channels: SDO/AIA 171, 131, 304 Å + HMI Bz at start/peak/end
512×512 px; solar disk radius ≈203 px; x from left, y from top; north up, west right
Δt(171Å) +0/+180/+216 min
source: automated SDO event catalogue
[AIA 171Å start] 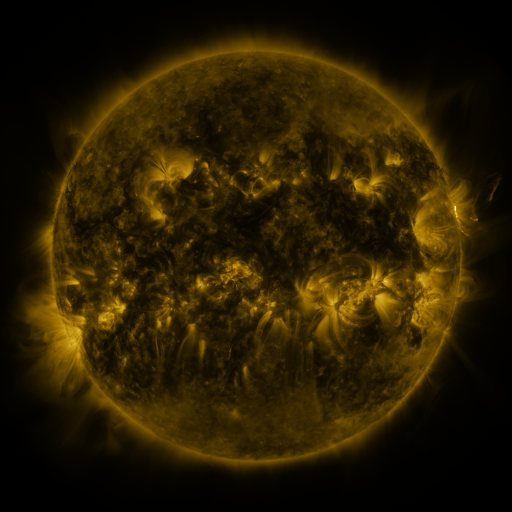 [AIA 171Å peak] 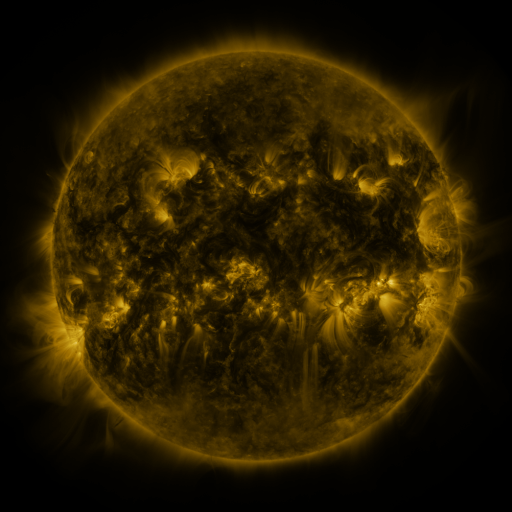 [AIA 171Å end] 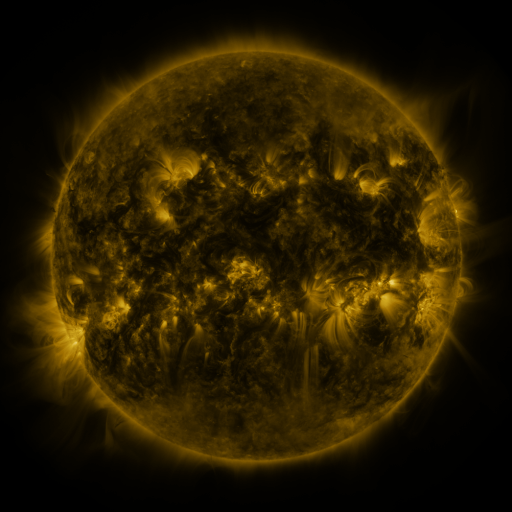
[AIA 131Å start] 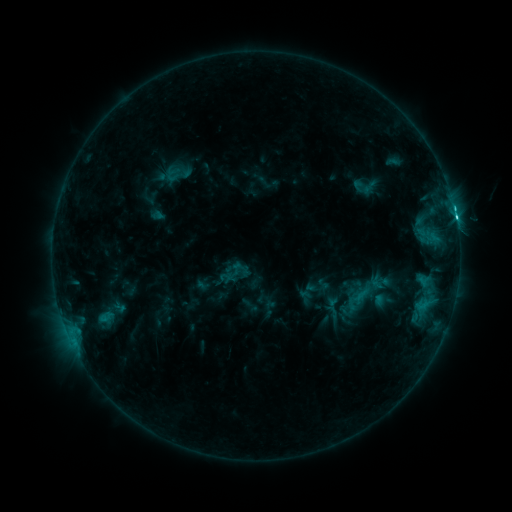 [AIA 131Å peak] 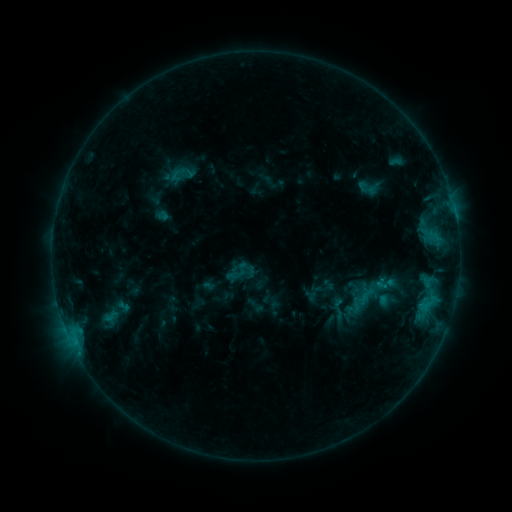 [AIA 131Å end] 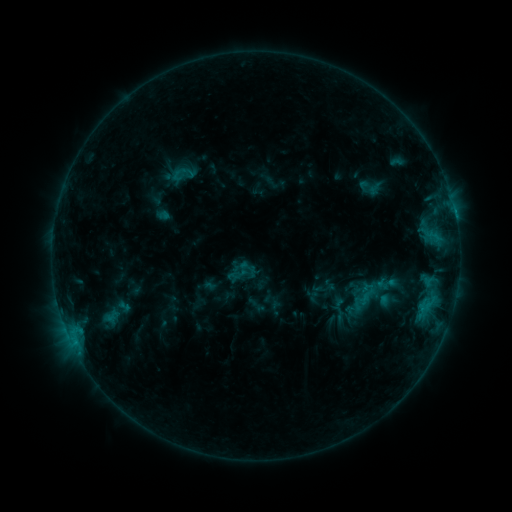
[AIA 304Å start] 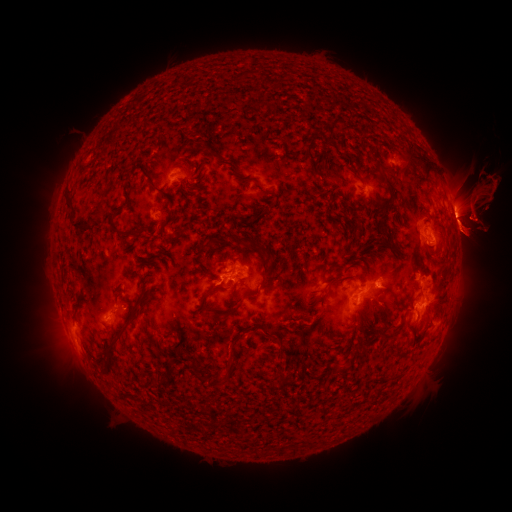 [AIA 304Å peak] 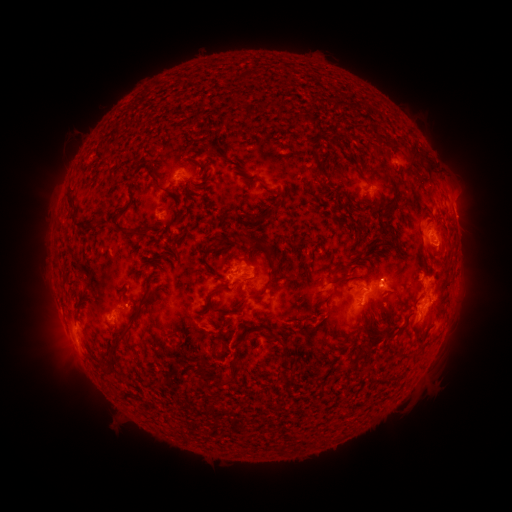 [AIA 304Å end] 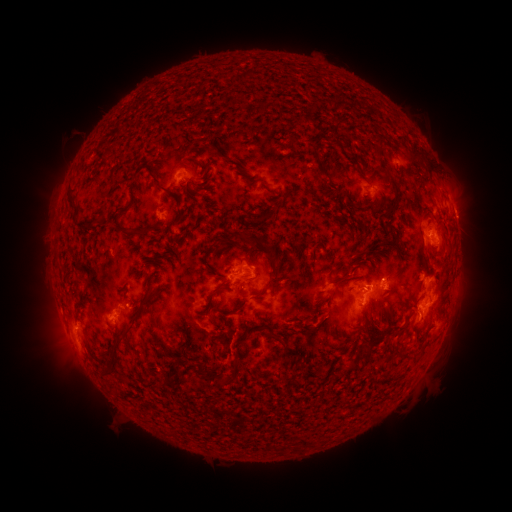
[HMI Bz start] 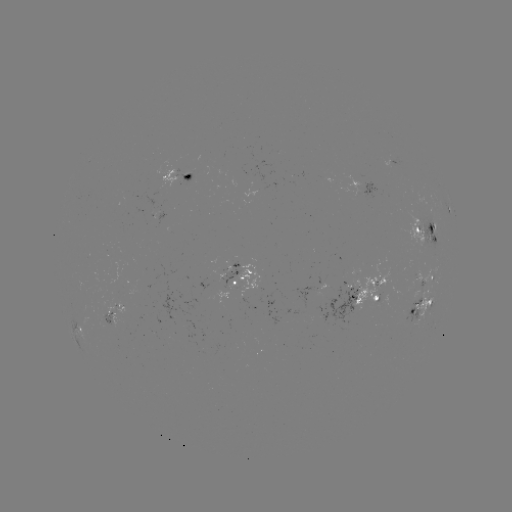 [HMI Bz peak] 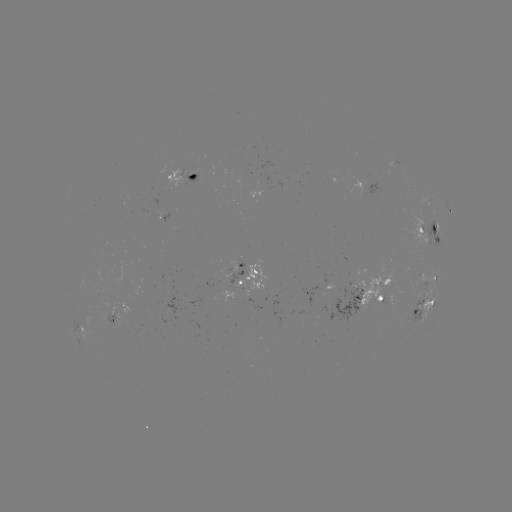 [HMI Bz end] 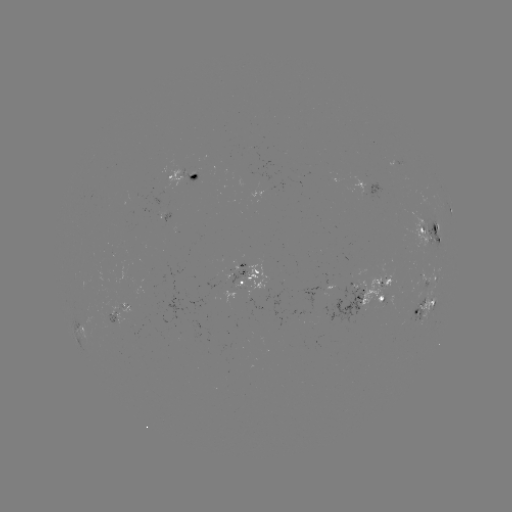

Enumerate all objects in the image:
emerging-flux region: (215, 277)
